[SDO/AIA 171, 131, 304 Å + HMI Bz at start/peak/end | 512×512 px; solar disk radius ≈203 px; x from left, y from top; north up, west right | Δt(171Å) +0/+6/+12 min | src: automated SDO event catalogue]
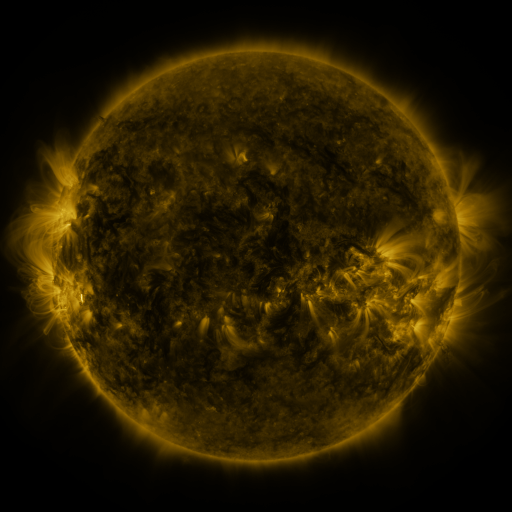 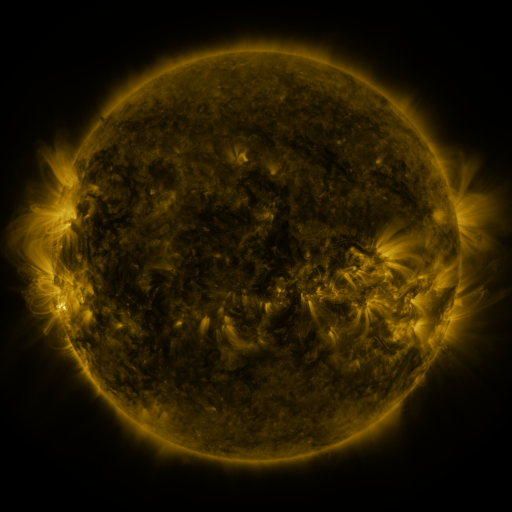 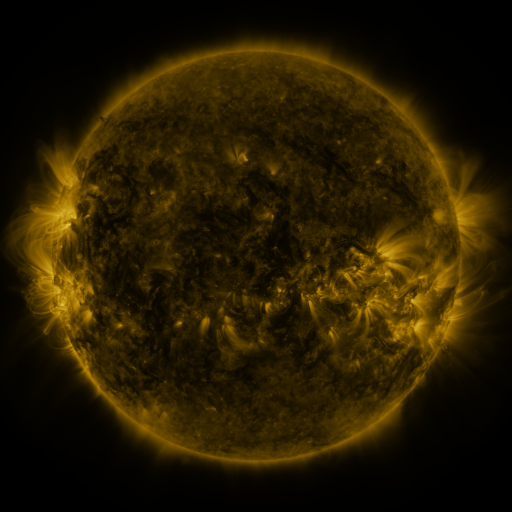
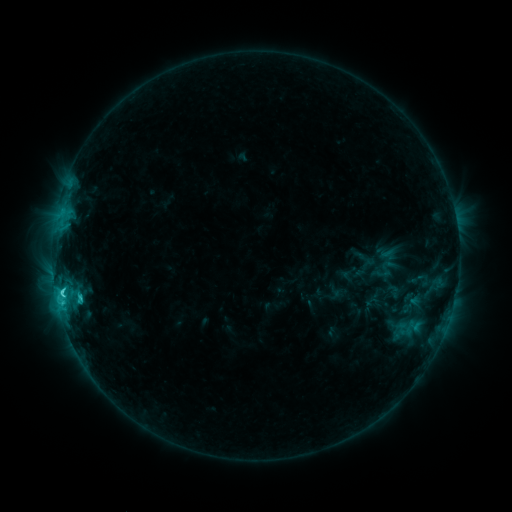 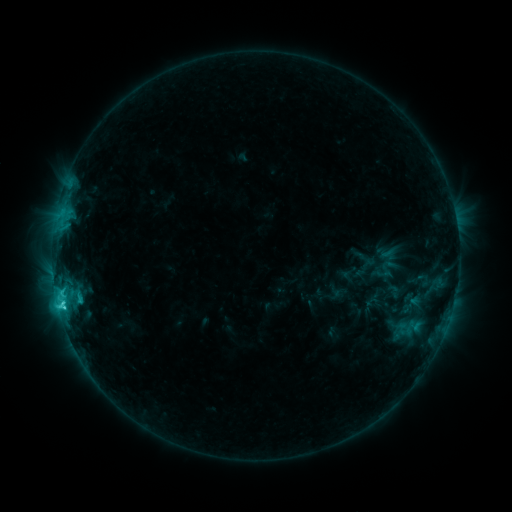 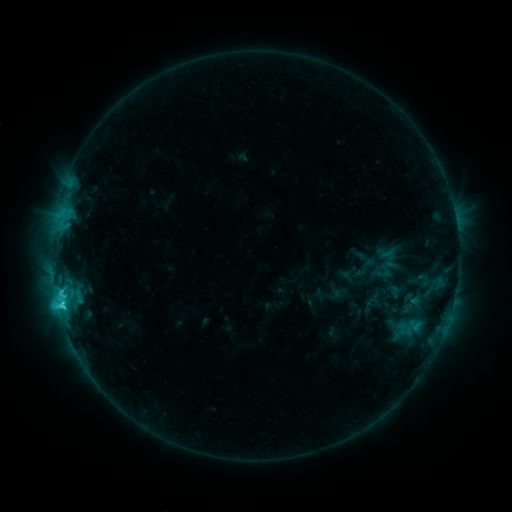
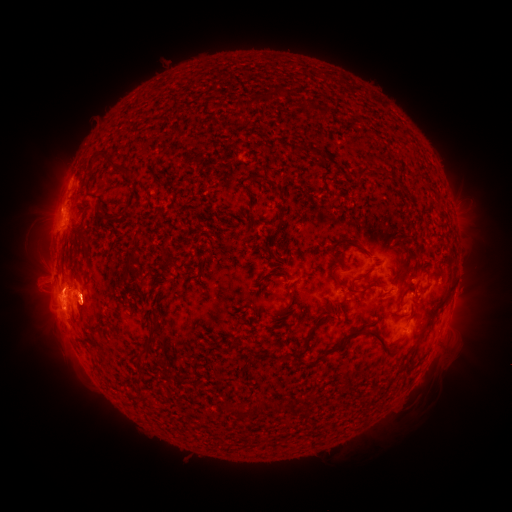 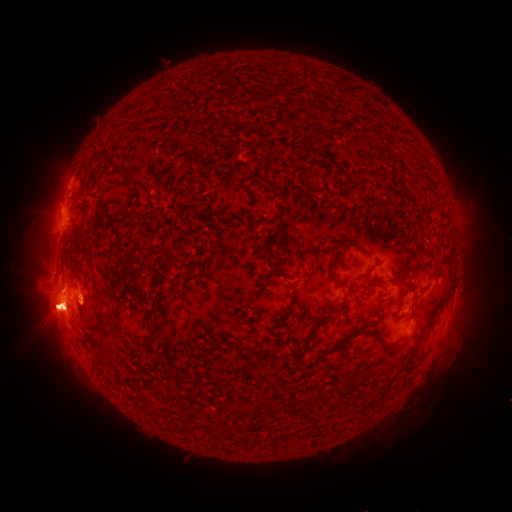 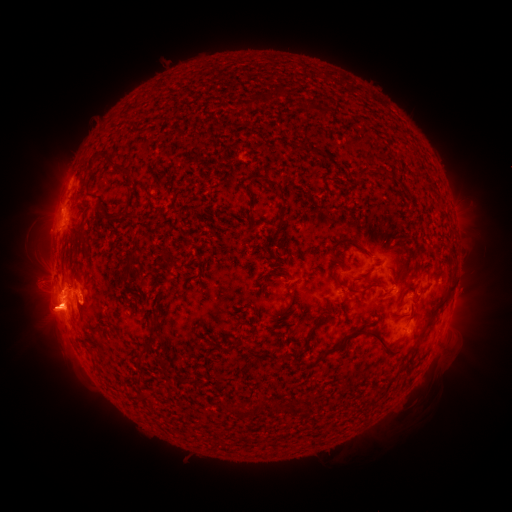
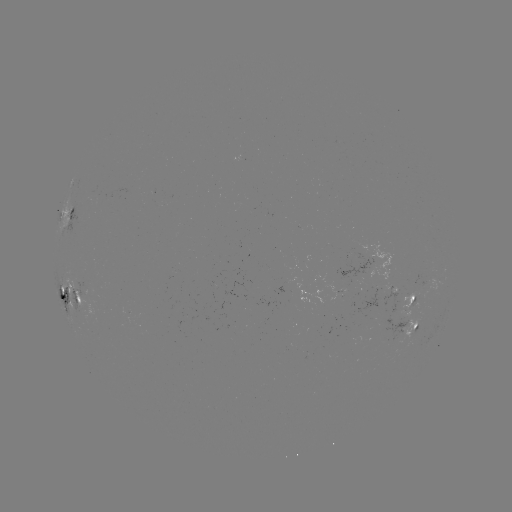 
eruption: <bbox>455, 289, 491, 336</bbox>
